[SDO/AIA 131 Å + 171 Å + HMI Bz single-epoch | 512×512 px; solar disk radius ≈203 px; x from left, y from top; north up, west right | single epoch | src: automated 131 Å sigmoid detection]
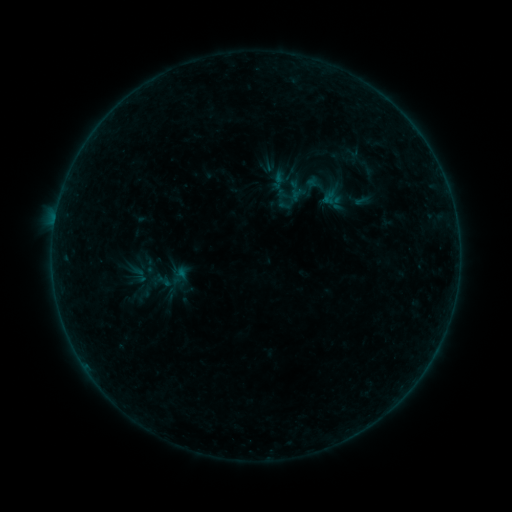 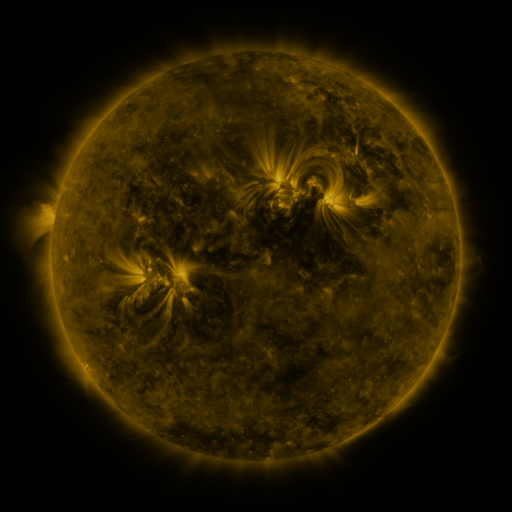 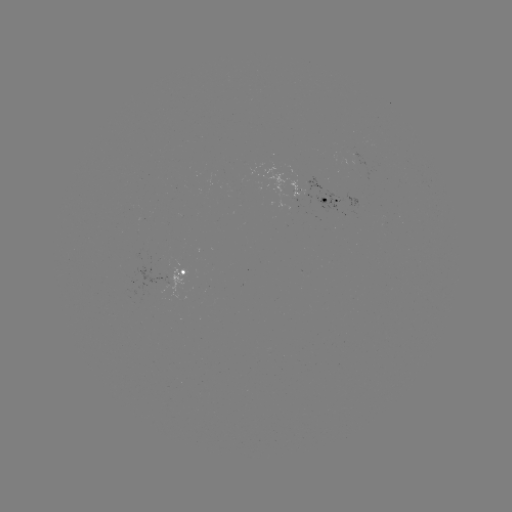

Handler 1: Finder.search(sigmoid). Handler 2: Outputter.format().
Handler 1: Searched sigmoid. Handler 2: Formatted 150,266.